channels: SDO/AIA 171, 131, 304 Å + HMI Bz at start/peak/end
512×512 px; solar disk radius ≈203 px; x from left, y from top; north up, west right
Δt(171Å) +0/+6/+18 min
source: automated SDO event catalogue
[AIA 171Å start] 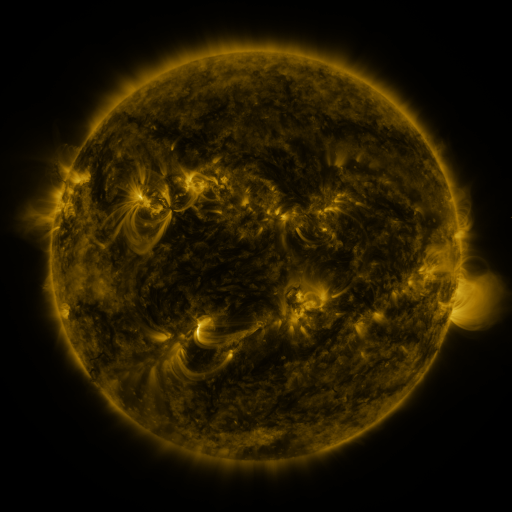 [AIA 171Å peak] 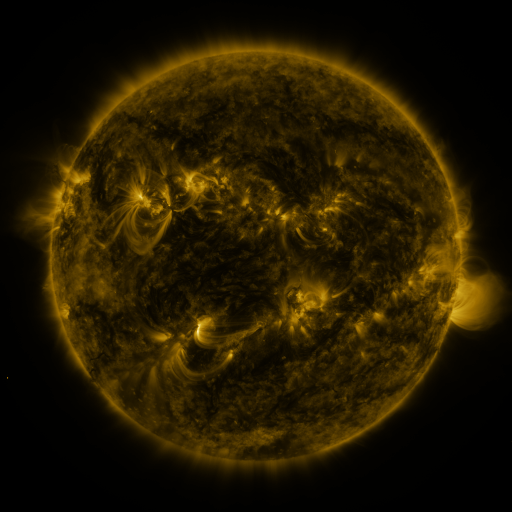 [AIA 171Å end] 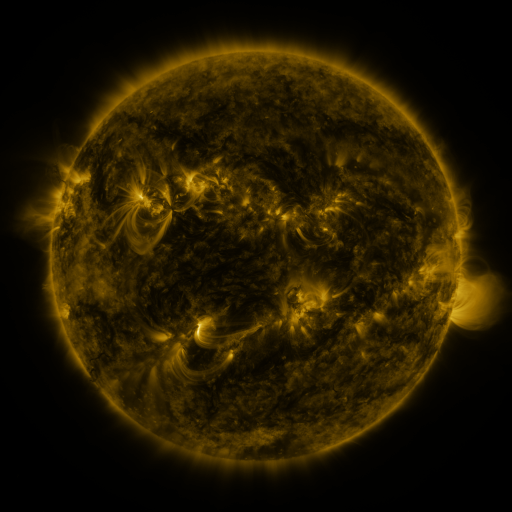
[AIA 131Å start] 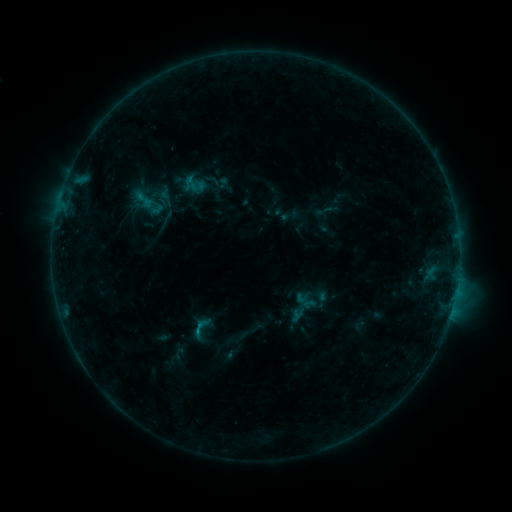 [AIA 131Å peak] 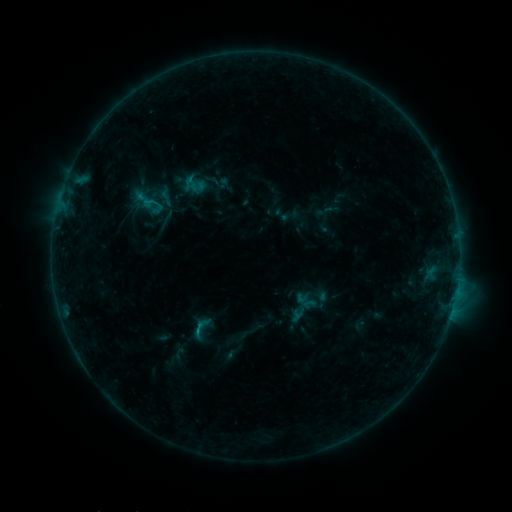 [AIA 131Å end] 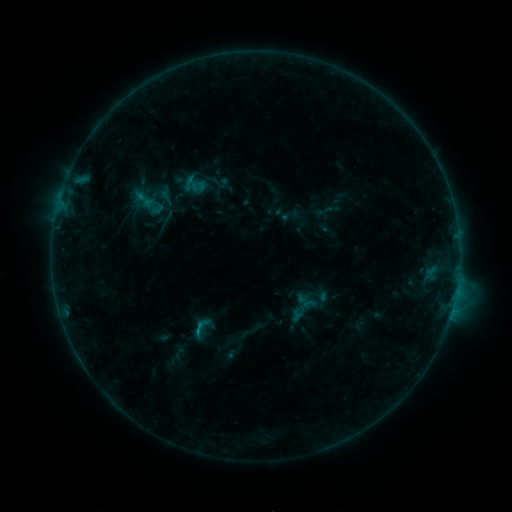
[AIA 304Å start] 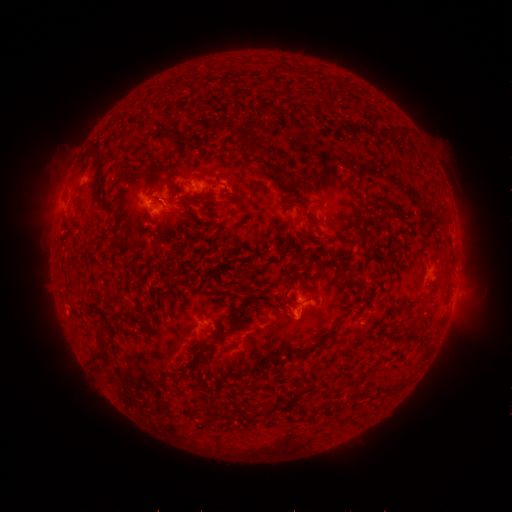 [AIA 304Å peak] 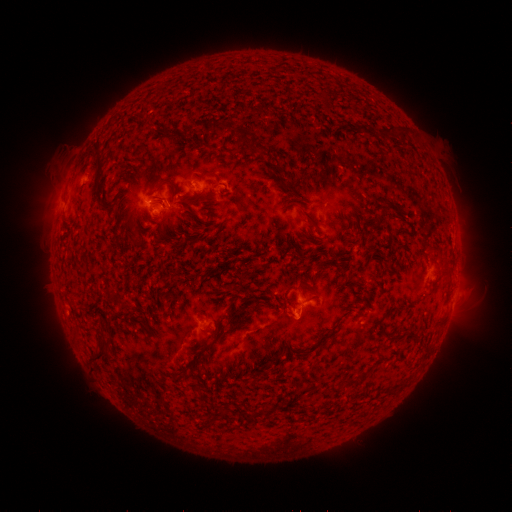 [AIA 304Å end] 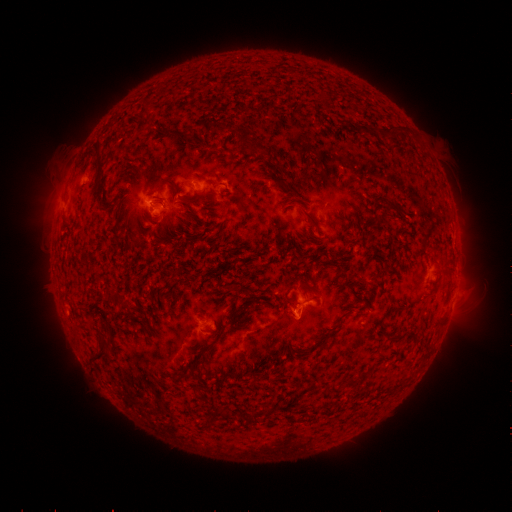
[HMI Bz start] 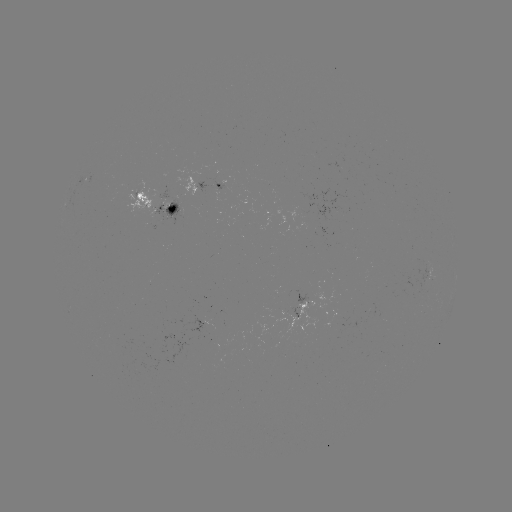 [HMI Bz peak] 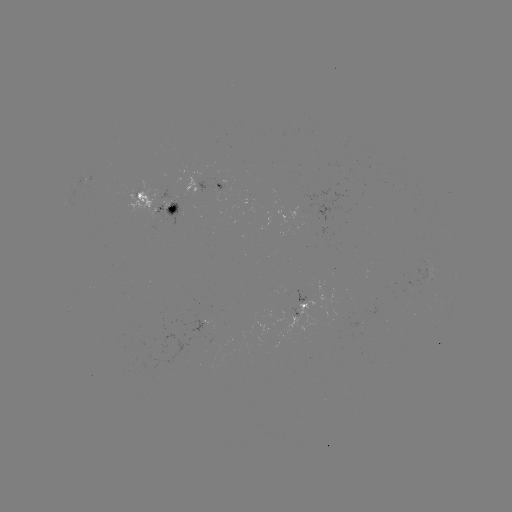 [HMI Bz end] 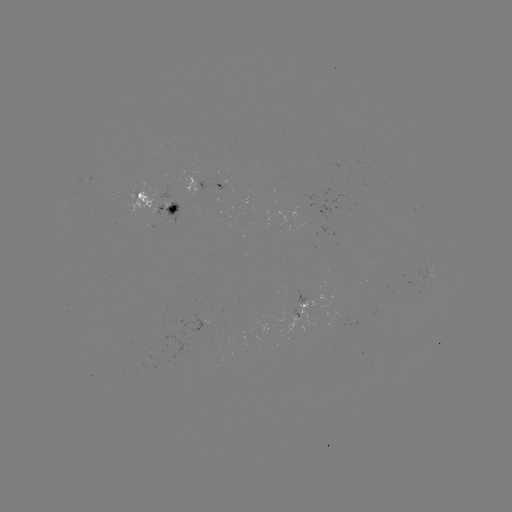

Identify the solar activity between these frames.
no flare in any classed list; no EUV-trigger detection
